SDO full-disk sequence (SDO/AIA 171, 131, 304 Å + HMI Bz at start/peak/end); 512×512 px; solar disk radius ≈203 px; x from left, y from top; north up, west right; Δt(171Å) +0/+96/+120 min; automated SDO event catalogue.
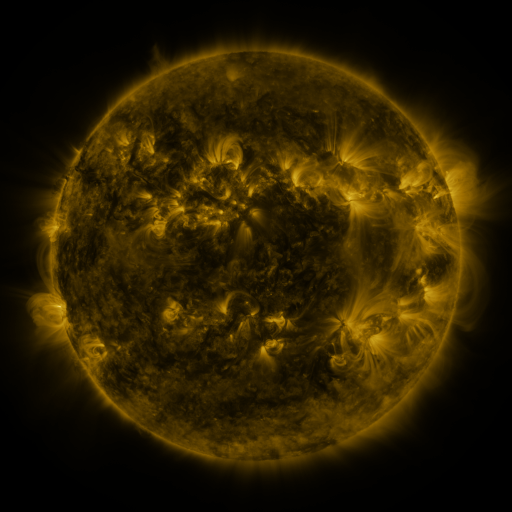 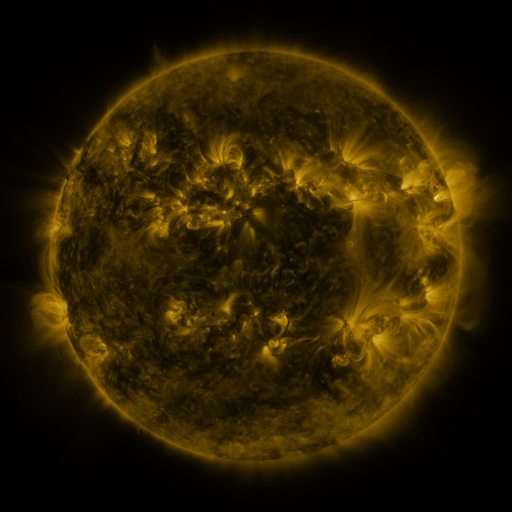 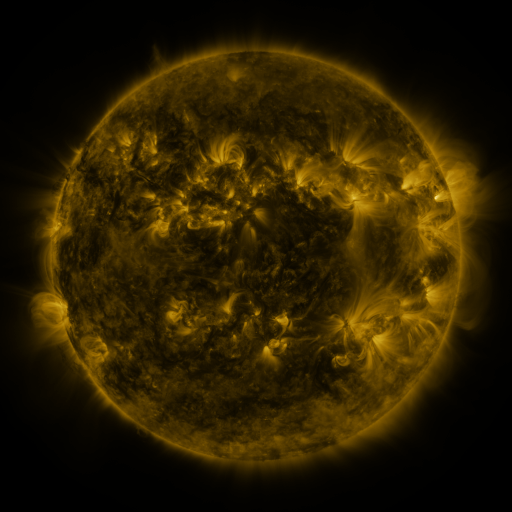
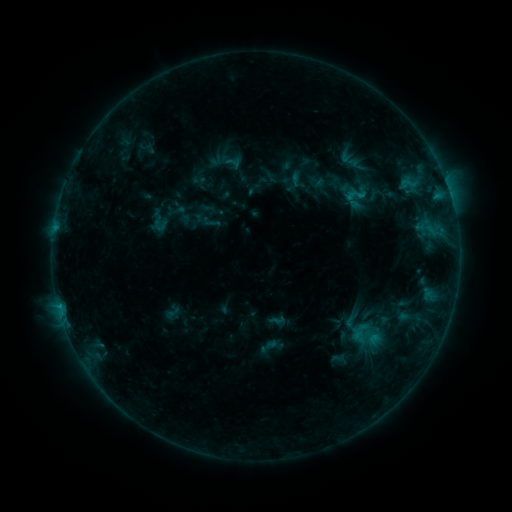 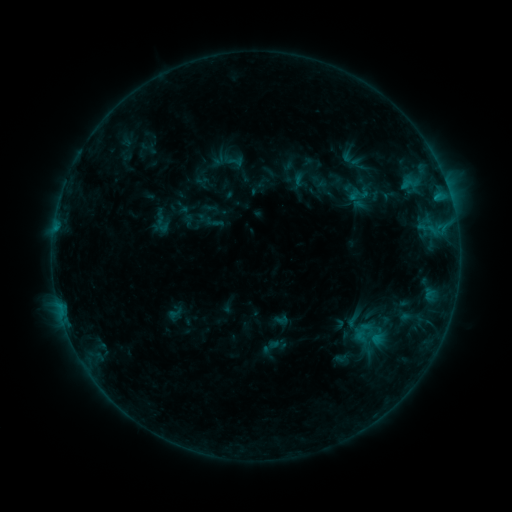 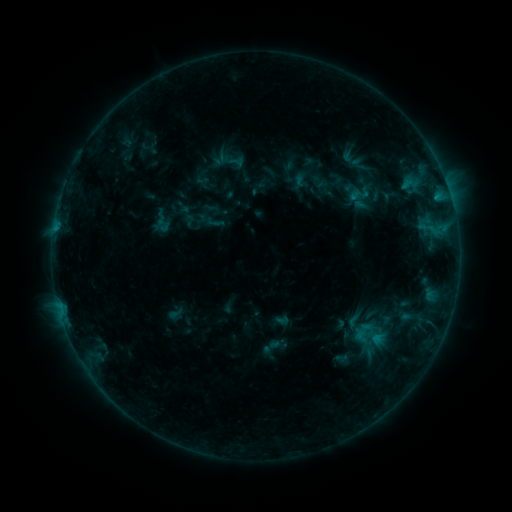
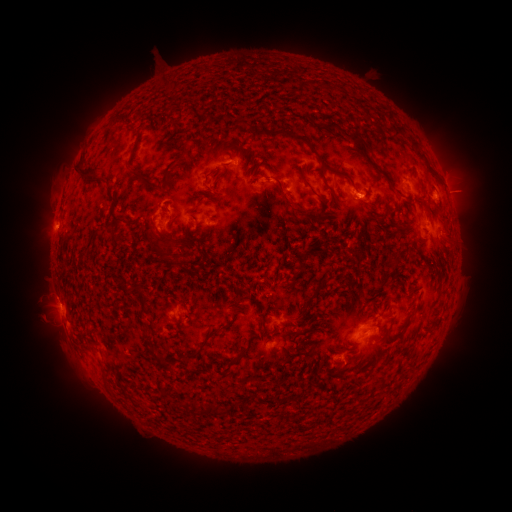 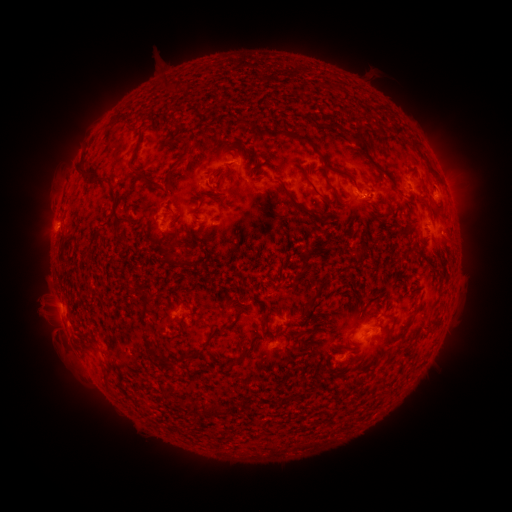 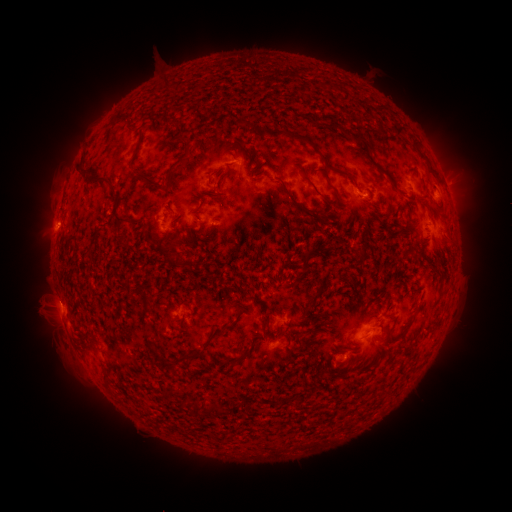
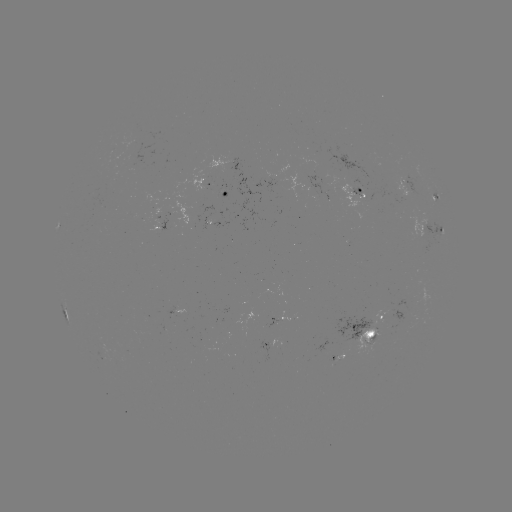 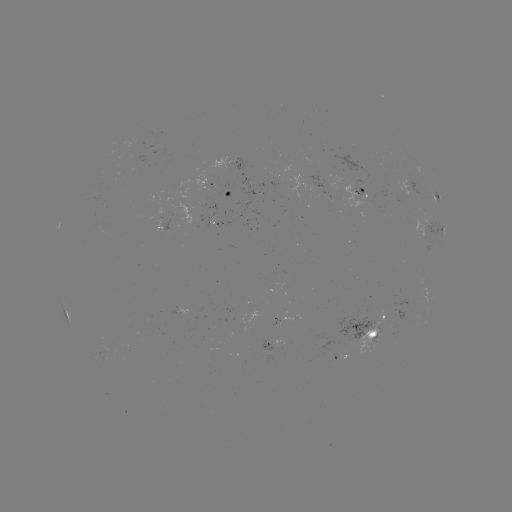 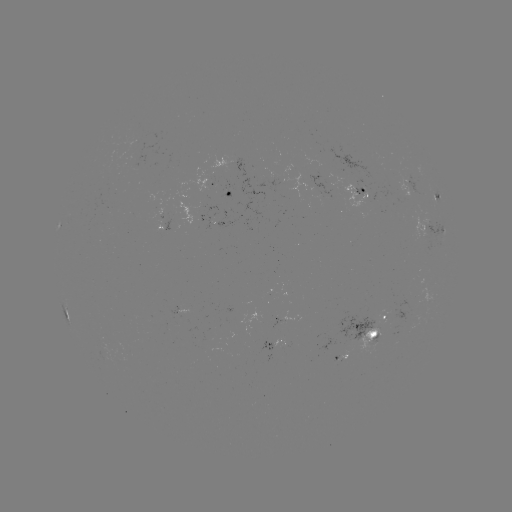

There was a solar emerging-flux region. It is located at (138, 154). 